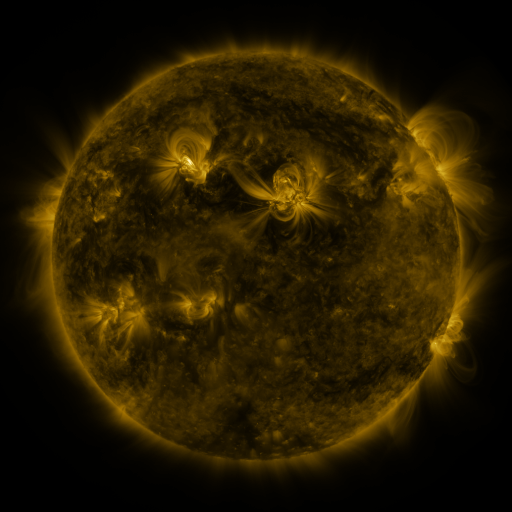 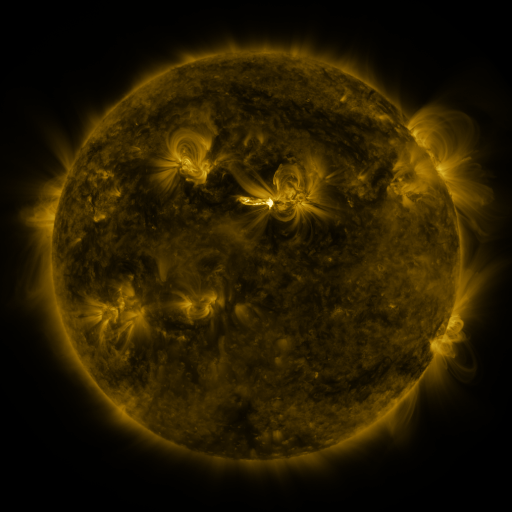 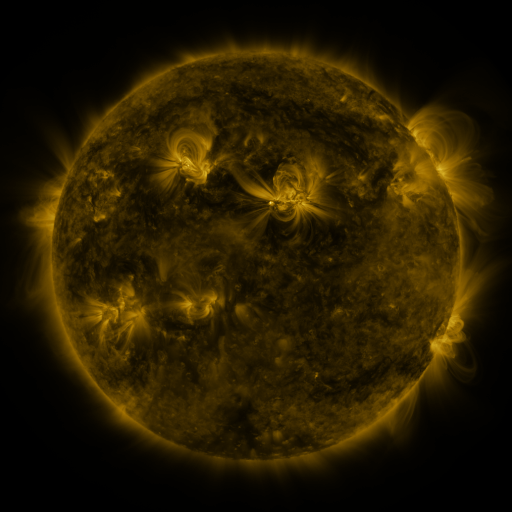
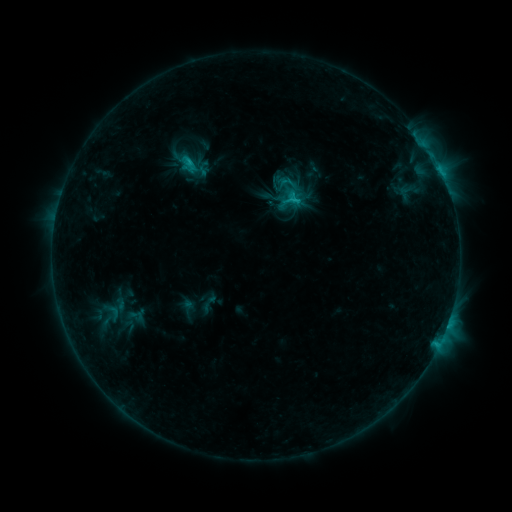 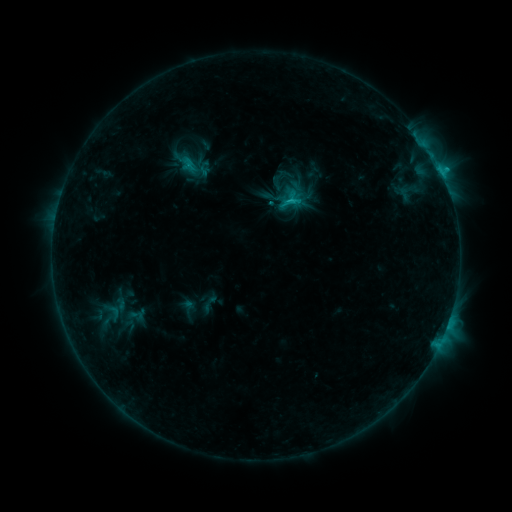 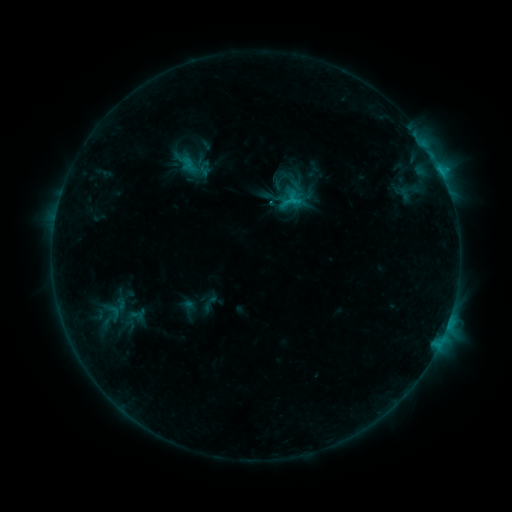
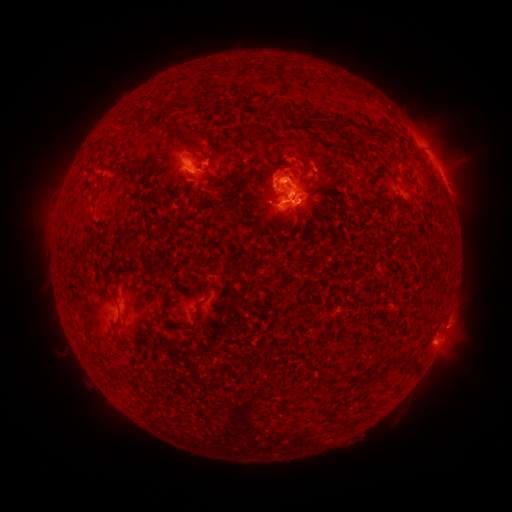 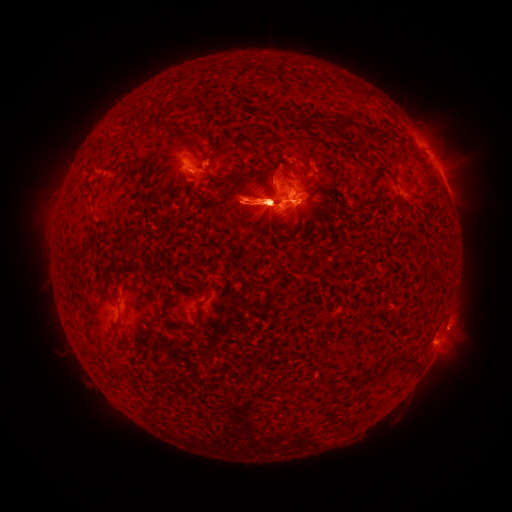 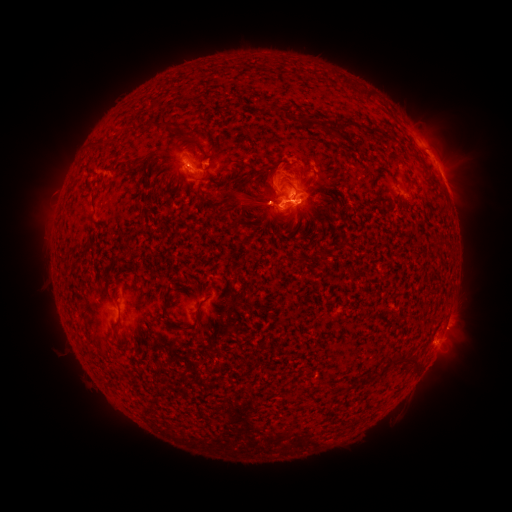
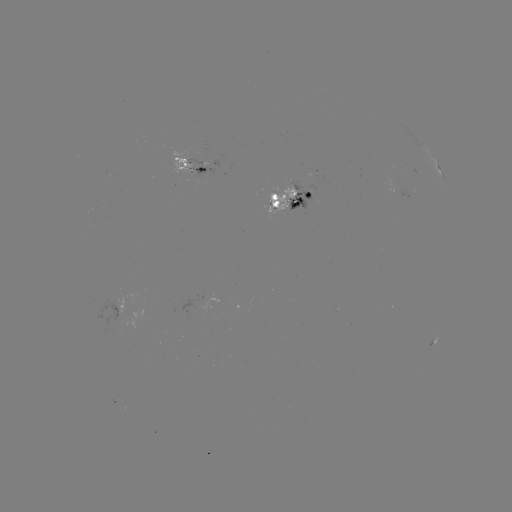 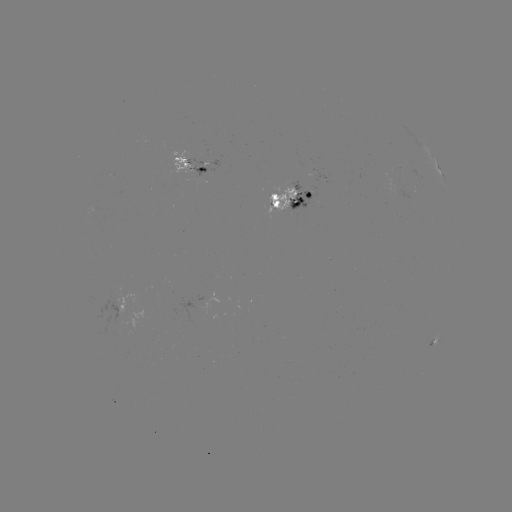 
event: flare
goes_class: C9.4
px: (270, 205)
